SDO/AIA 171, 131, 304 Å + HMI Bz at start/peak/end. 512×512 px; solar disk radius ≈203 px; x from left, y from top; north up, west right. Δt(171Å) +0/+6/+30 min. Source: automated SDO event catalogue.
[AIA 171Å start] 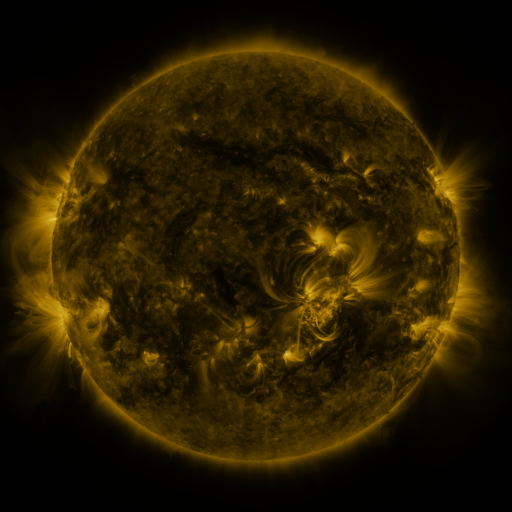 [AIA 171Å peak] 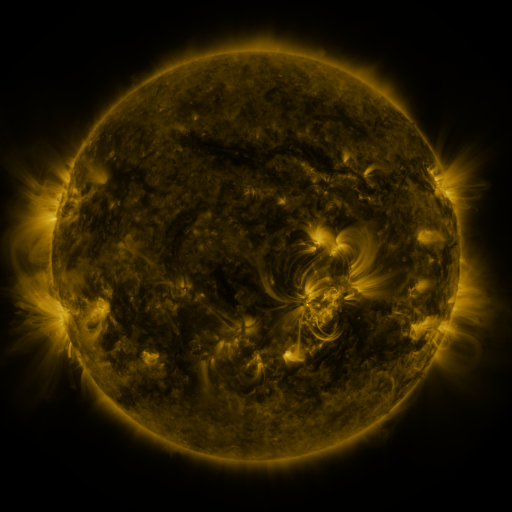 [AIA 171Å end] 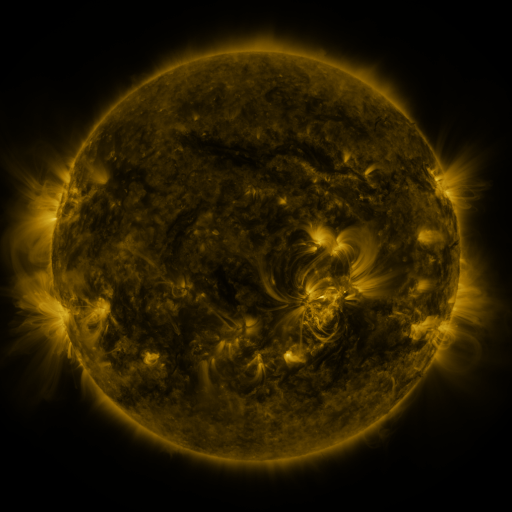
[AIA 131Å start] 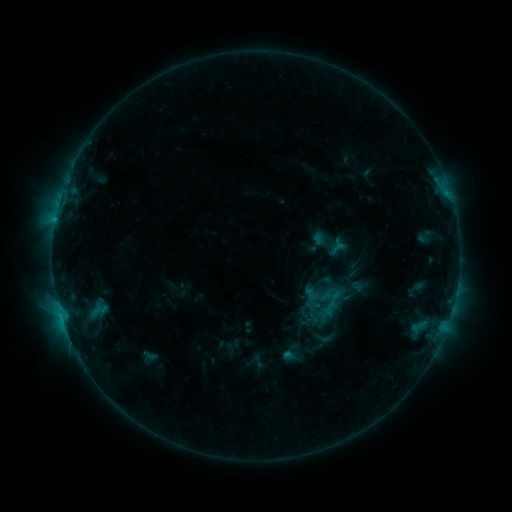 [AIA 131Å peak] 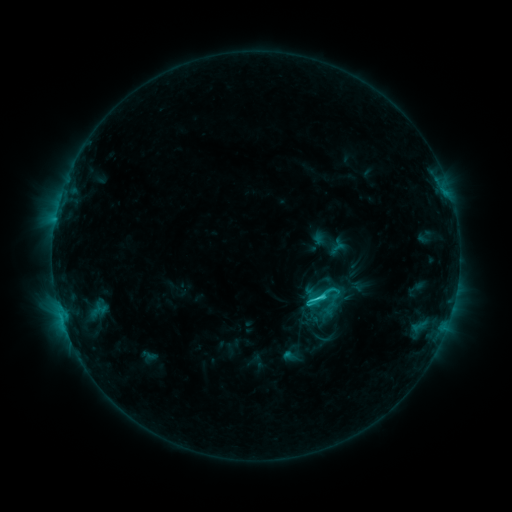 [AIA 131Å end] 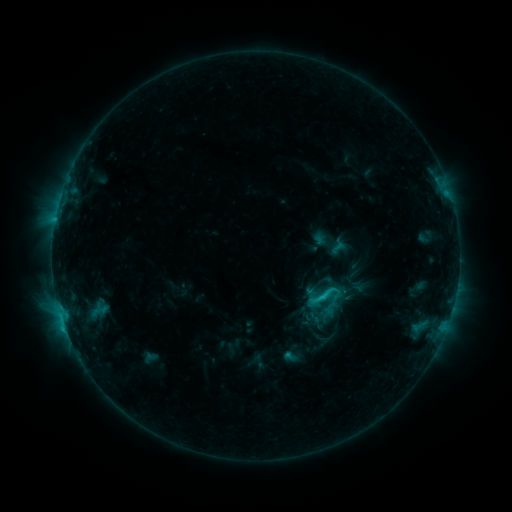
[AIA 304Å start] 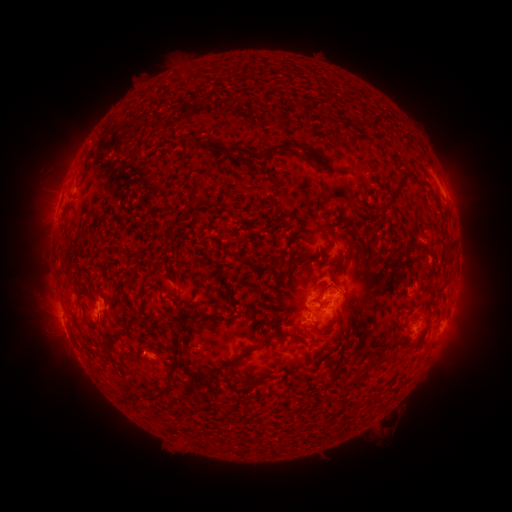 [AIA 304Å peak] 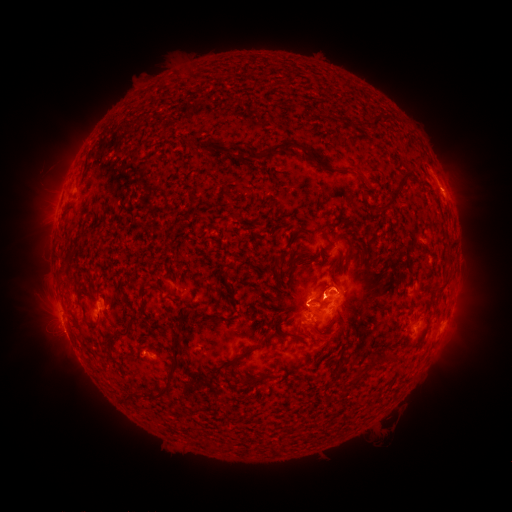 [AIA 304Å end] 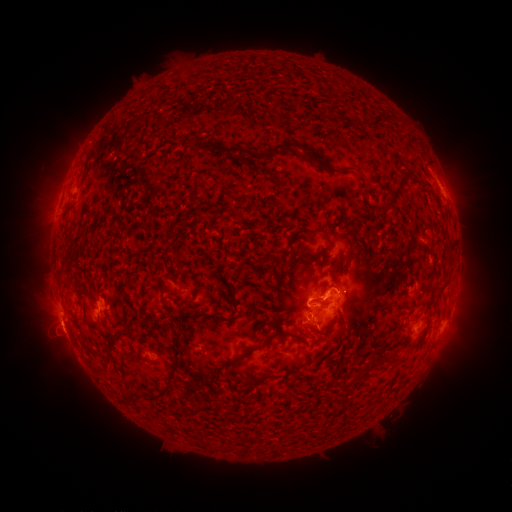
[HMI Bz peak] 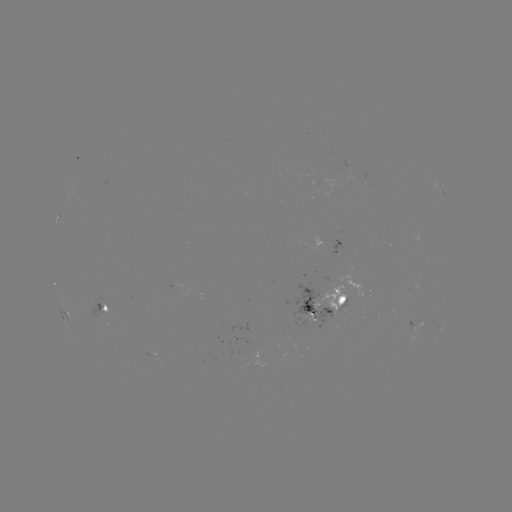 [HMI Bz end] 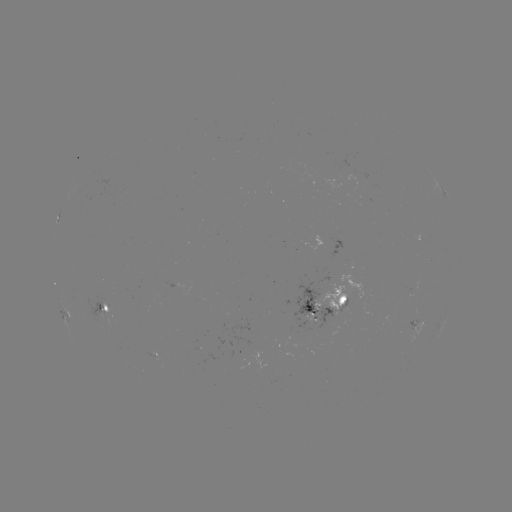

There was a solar flare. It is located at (314, 299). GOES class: C3.2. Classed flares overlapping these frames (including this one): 1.